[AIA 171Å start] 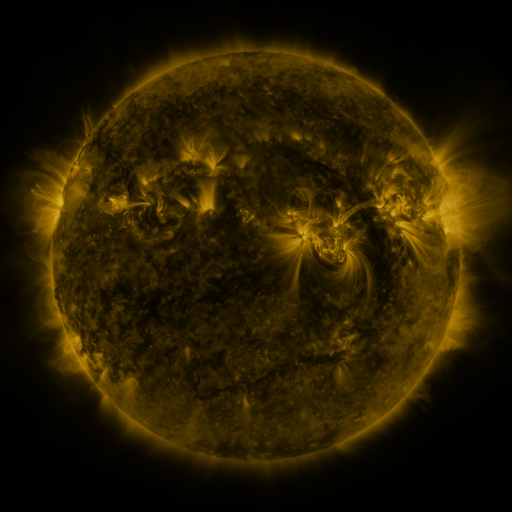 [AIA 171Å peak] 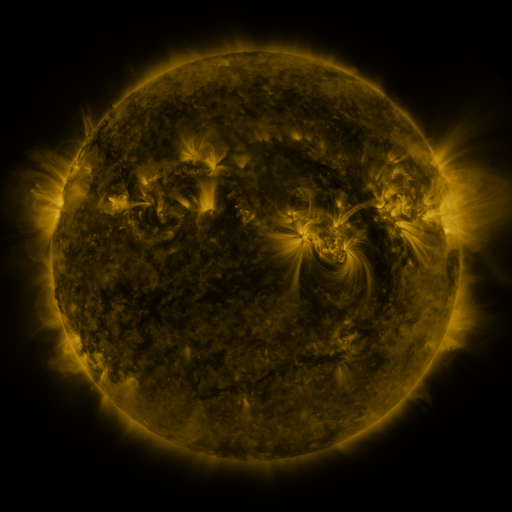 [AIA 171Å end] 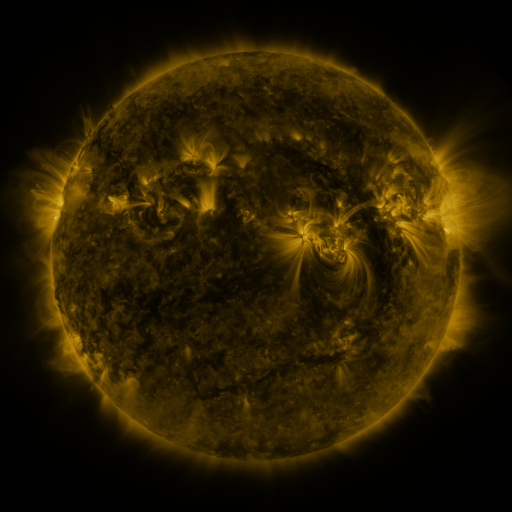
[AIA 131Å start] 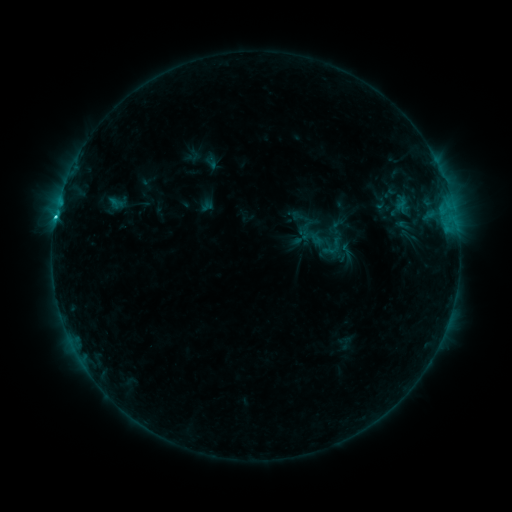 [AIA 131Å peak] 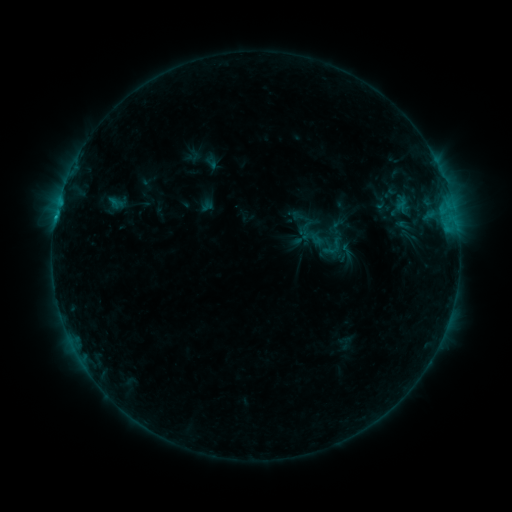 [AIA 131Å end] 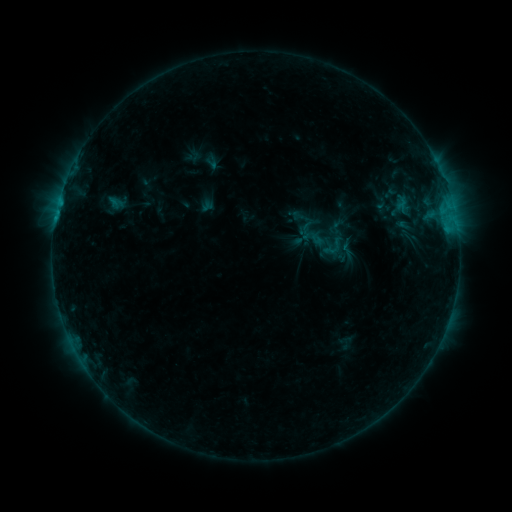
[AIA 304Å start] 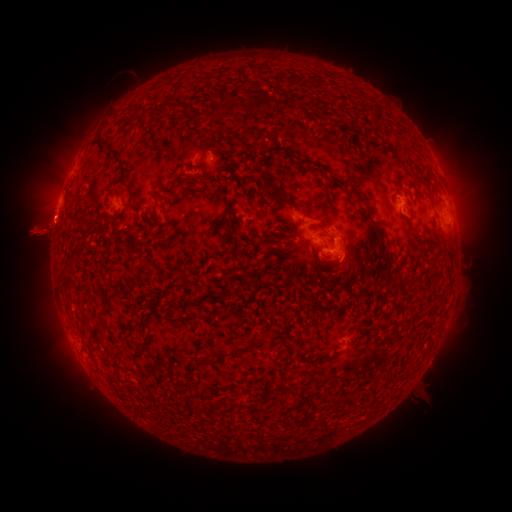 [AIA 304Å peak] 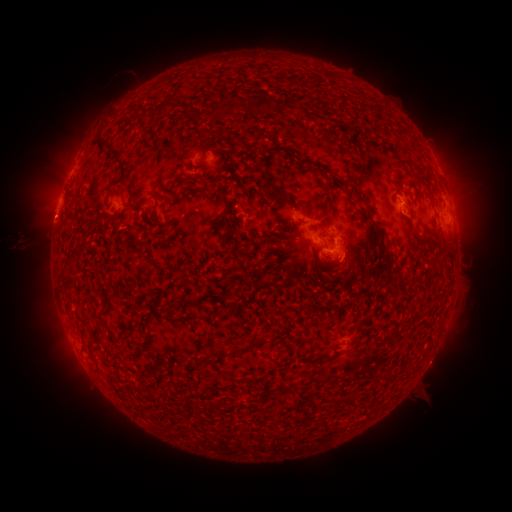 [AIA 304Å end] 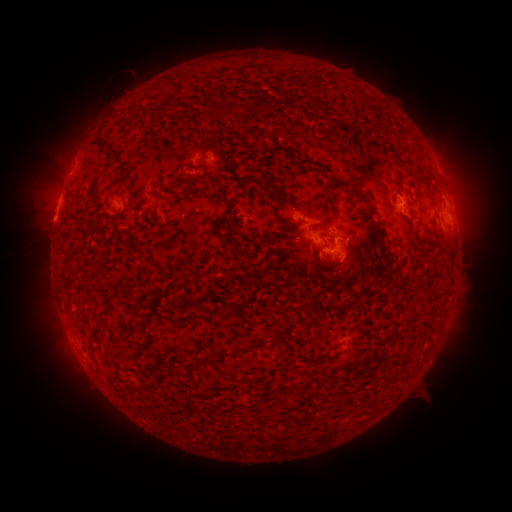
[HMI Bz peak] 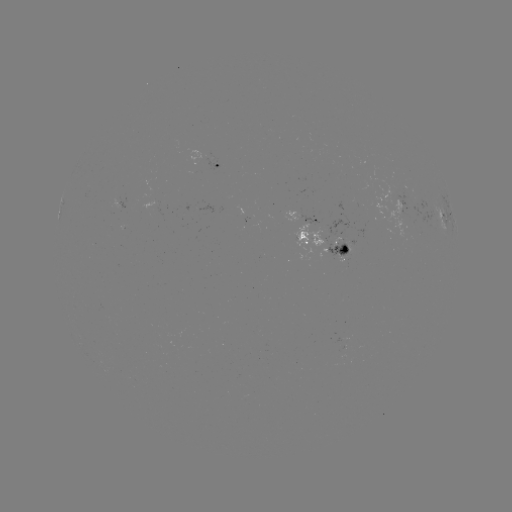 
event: eruption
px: (43, 182)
